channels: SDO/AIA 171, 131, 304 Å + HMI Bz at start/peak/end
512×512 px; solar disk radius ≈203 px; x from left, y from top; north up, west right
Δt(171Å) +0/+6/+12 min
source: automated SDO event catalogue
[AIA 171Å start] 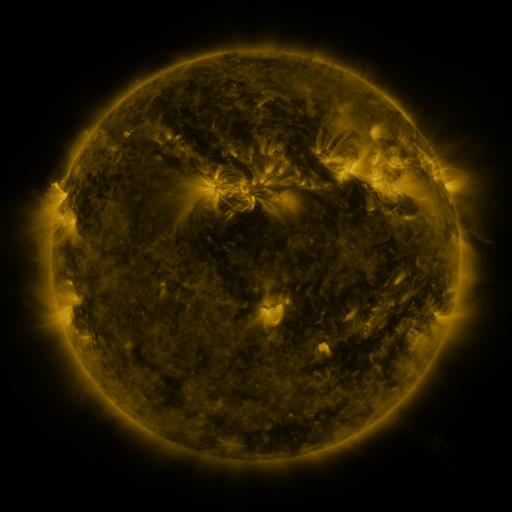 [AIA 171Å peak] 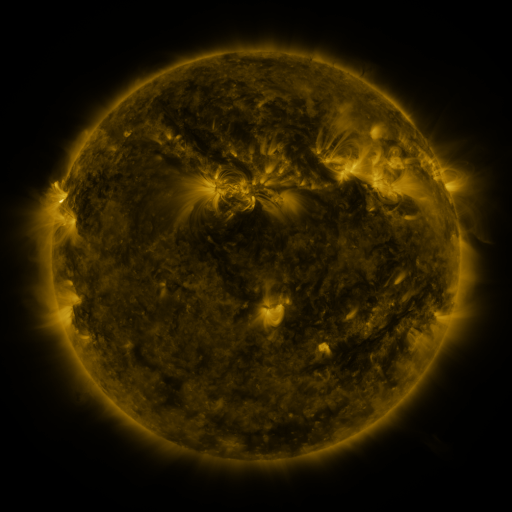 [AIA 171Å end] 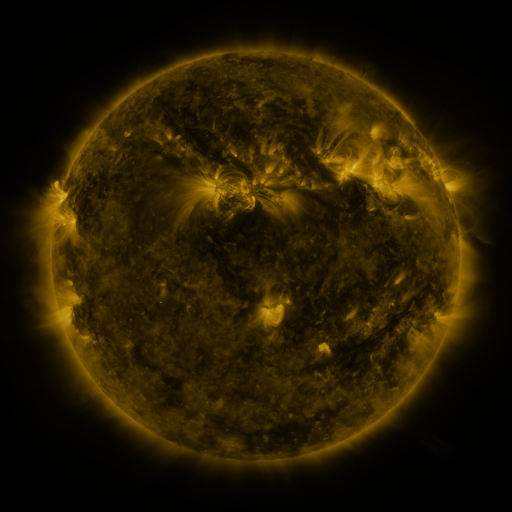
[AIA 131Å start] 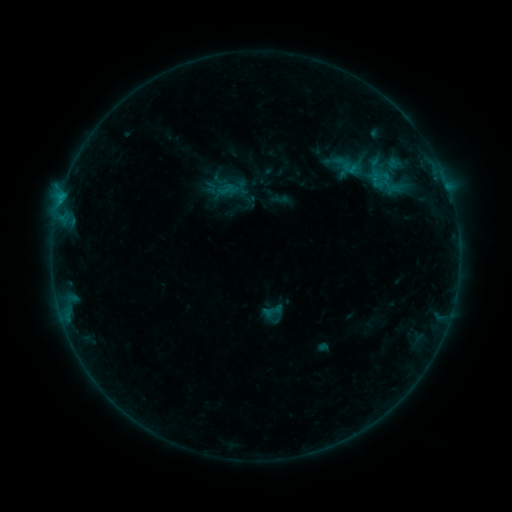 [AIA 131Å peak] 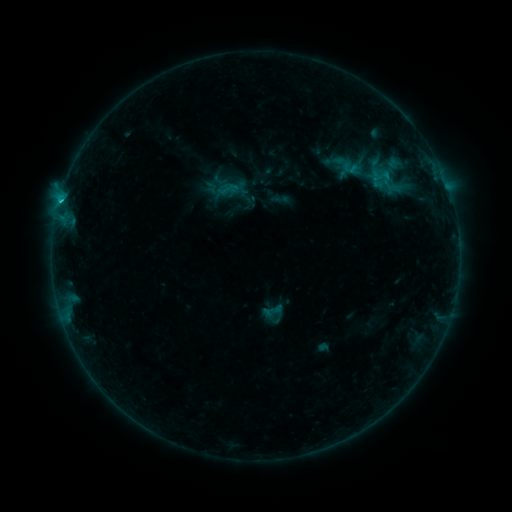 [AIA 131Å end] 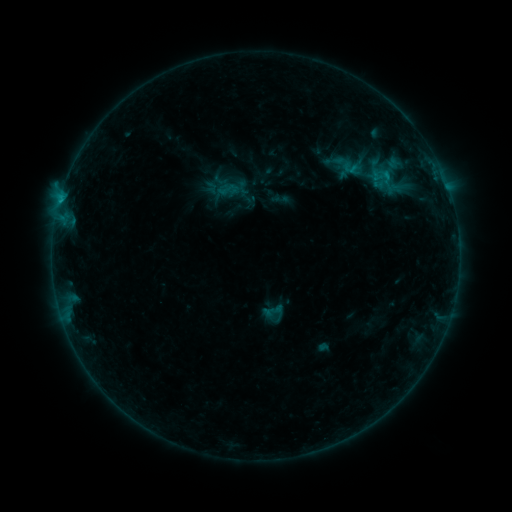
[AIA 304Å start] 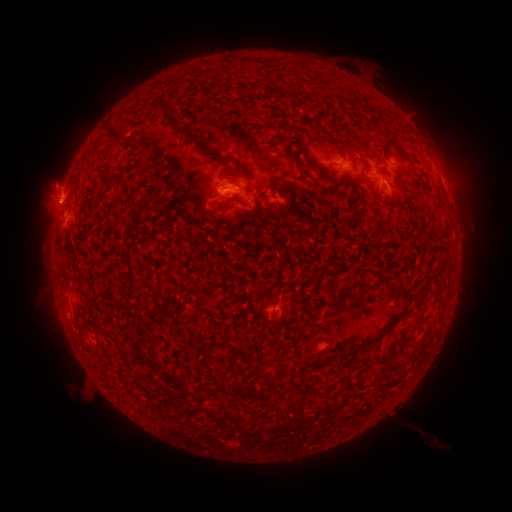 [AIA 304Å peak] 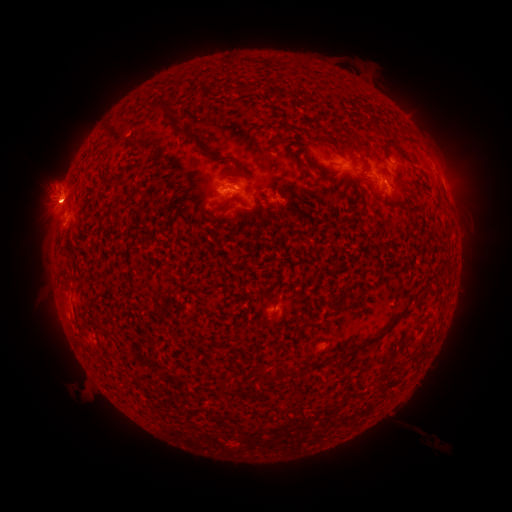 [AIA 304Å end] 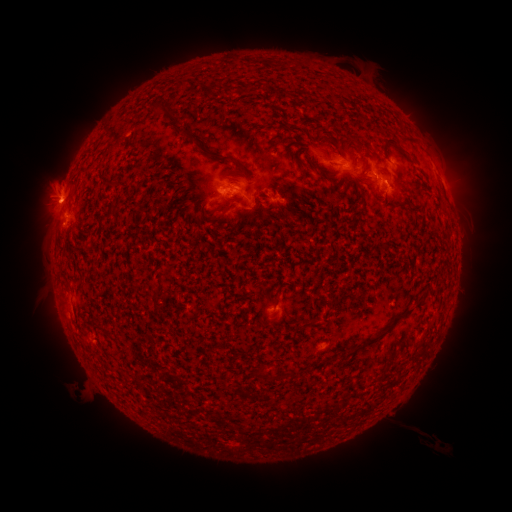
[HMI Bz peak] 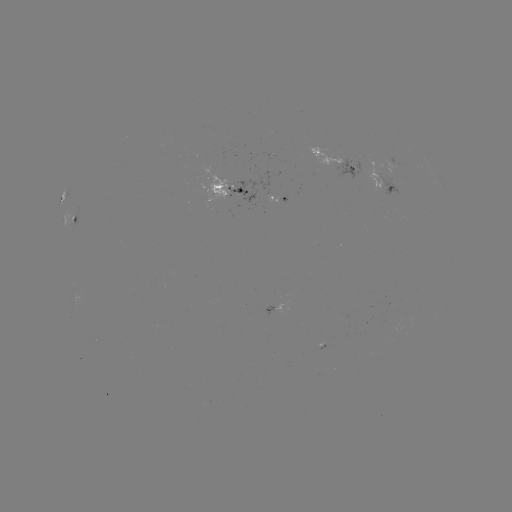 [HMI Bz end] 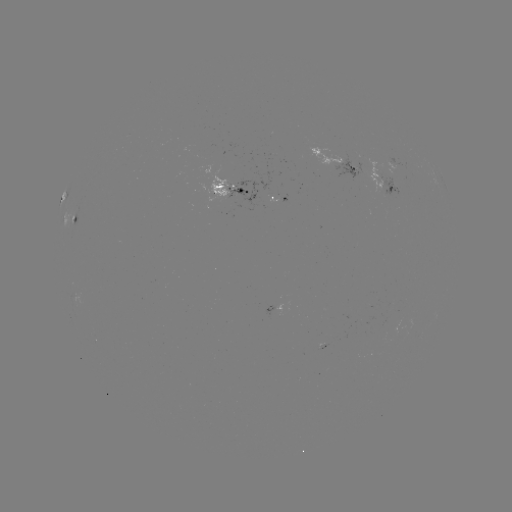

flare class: C1.4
